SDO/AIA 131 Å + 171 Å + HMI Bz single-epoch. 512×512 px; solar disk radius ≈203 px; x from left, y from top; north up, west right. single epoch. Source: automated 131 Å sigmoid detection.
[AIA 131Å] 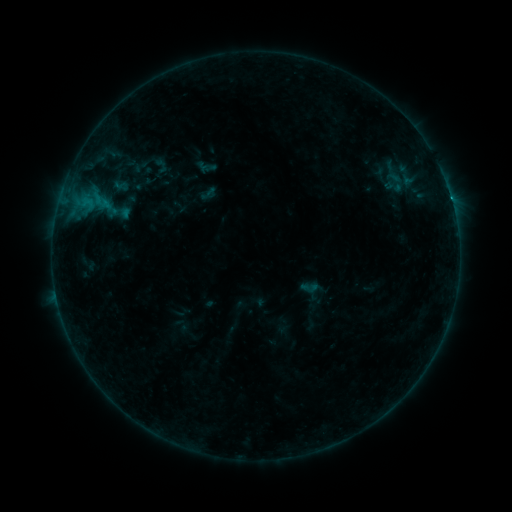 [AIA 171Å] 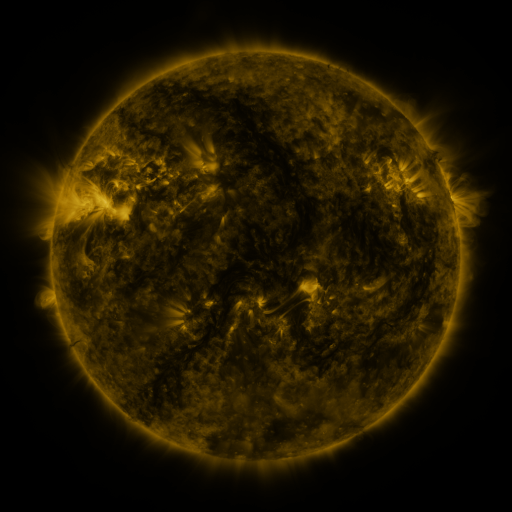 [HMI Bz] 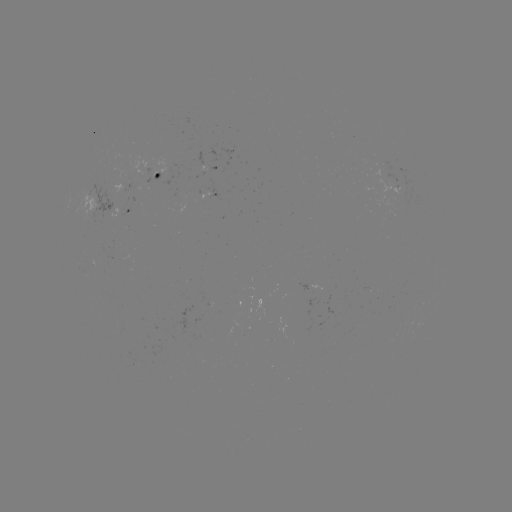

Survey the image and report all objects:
sigmoid: <bbox>300, 277, 319, 297</bbox>
